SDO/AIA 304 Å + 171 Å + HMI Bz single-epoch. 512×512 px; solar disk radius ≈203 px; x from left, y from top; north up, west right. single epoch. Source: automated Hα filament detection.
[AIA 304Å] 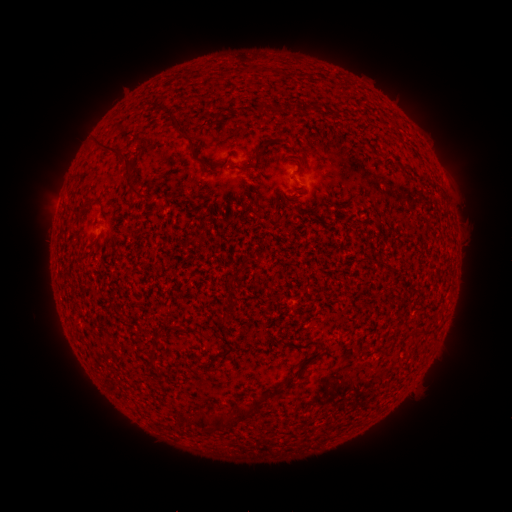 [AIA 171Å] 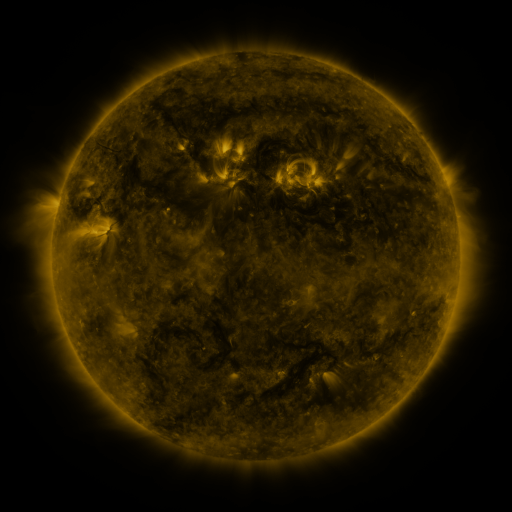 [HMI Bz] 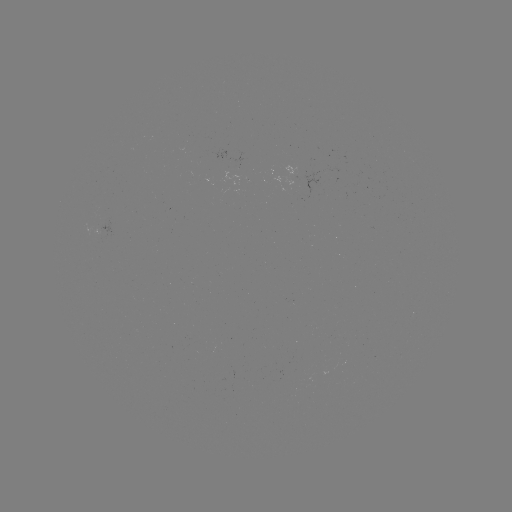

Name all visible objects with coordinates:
filament: <bbox>258, 104, 266, 114</bbox>
filament: <bbox>173, 115, 198, 157</bbox>
filament: <bbox>96, 138, 135, 169</bbox>
filament: <bbox>233, 164, 249, 172</bbox>
filament: <bbox>131, 187, 146, 198</bbox>
filament: <bbox>86, 195, 97, 206</bbox>
filament: <bbox>91, 234, 100, 243</bbox>
filament: <bbox>150, 330, 161, 341</bbox>
filament: <bbox>408, 332, 419, 339</bbox>
filament: <bbox>301, 353, 317, 365</bbox>
filament: <bbox>264, 388, 273, 398</bbox>
filament: <bbox>249, 395, 261, 408</bbox>
filament: <bbox>196, 401, 250, 431</bbox>
